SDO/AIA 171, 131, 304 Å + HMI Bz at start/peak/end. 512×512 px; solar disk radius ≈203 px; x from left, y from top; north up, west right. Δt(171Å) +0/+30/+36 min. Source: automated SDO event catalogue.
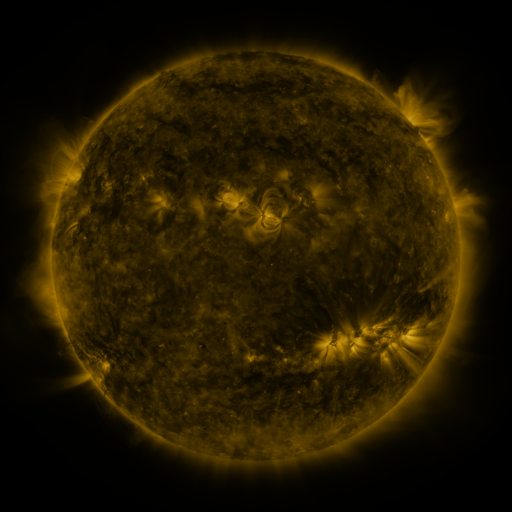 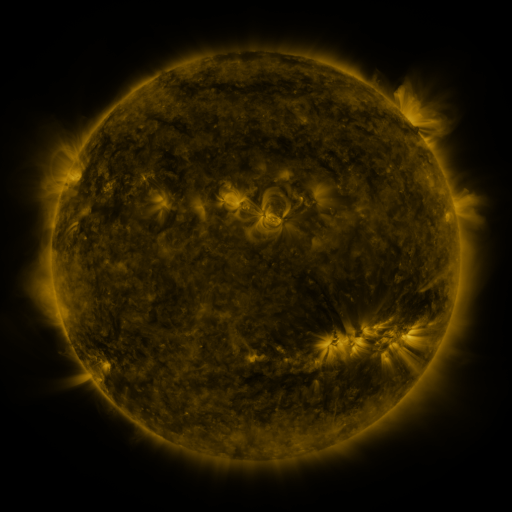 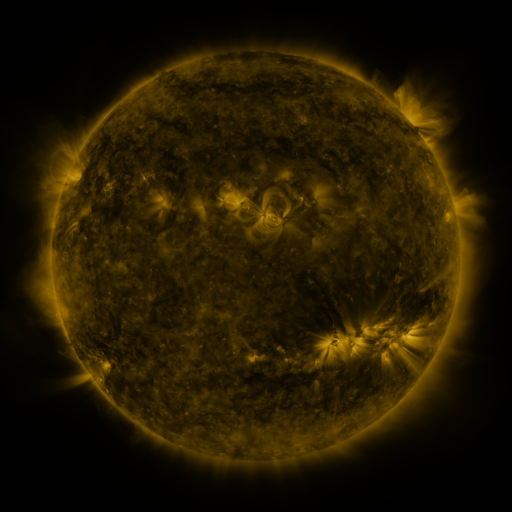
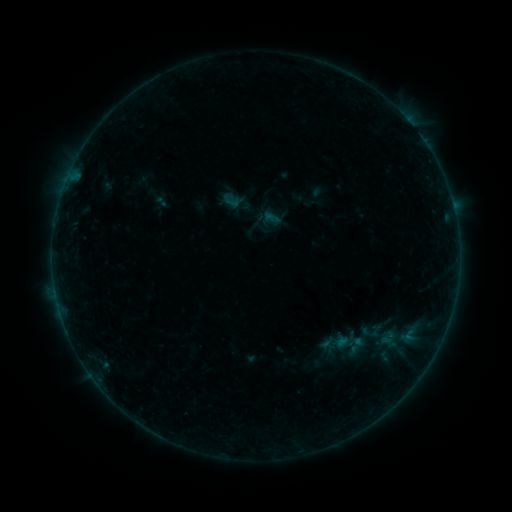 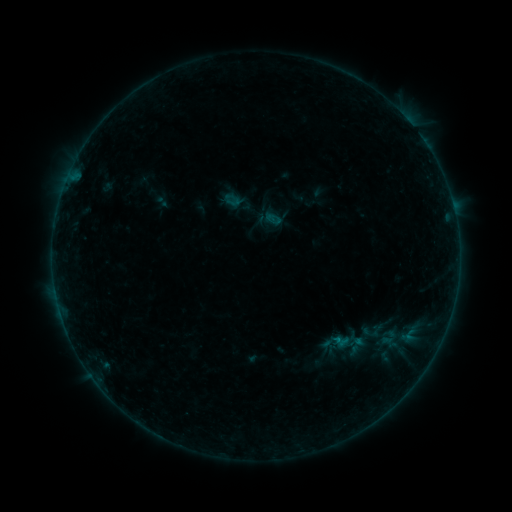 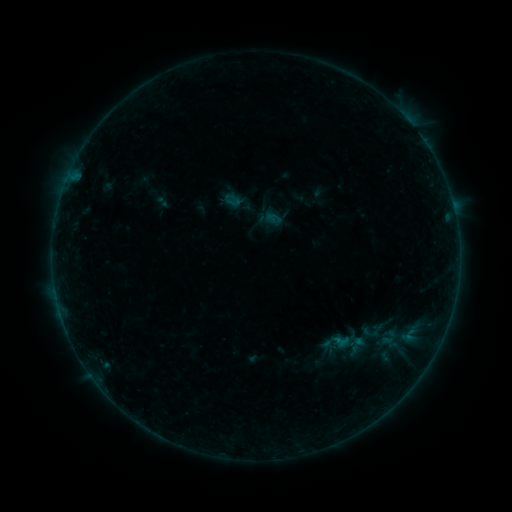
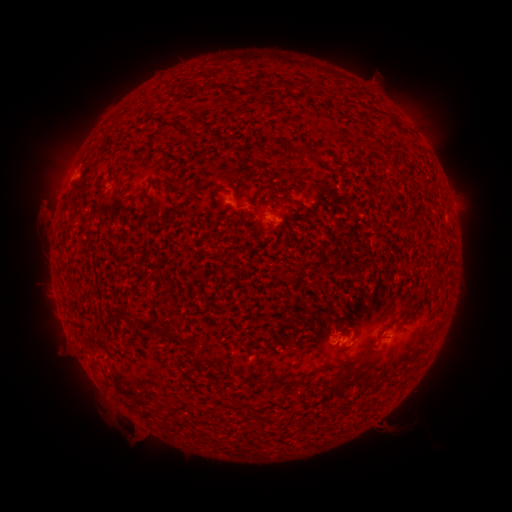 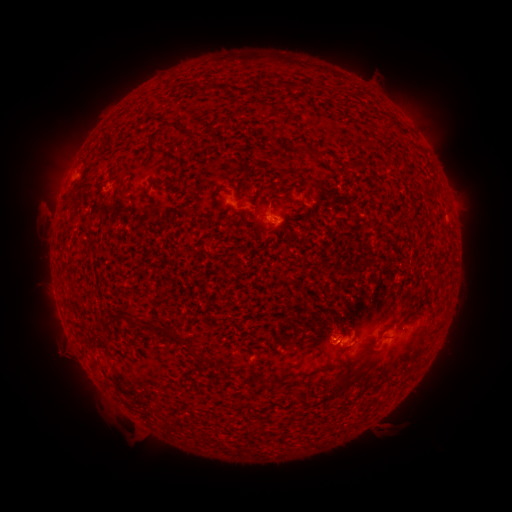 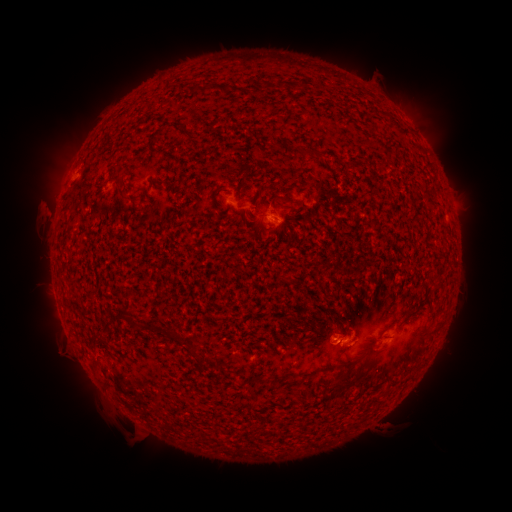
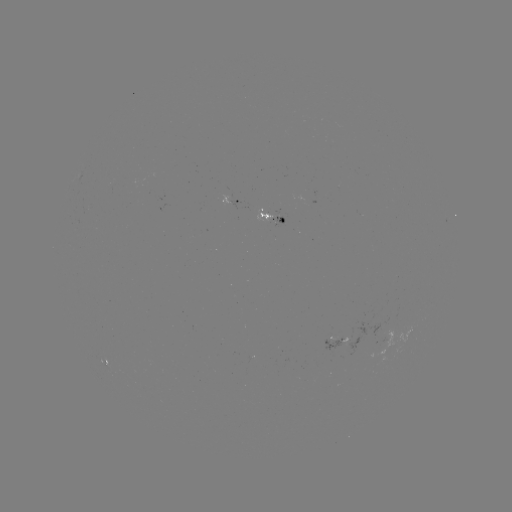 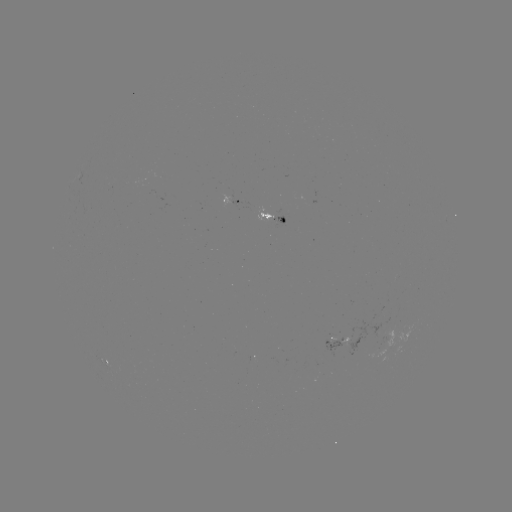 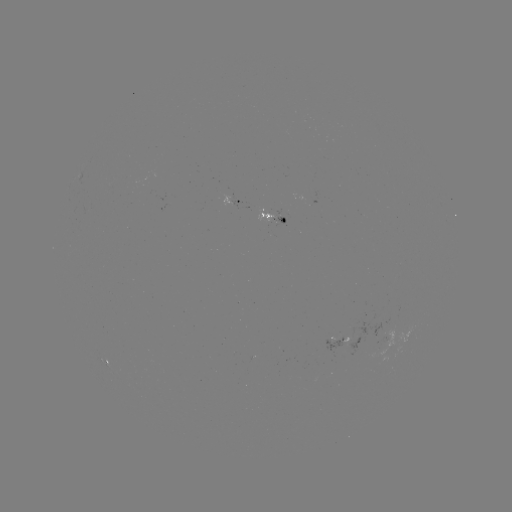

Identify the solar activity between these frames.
B2.0 flare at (335, 341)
